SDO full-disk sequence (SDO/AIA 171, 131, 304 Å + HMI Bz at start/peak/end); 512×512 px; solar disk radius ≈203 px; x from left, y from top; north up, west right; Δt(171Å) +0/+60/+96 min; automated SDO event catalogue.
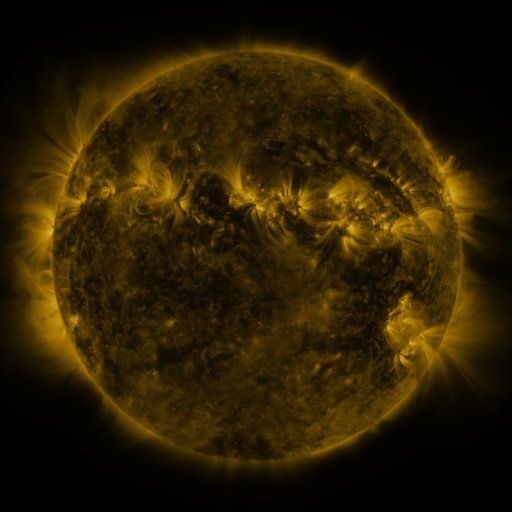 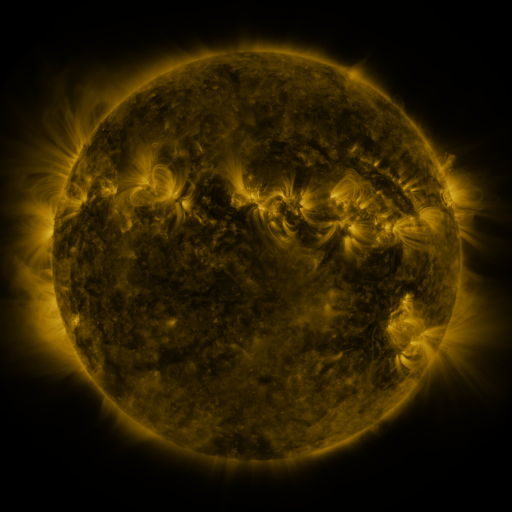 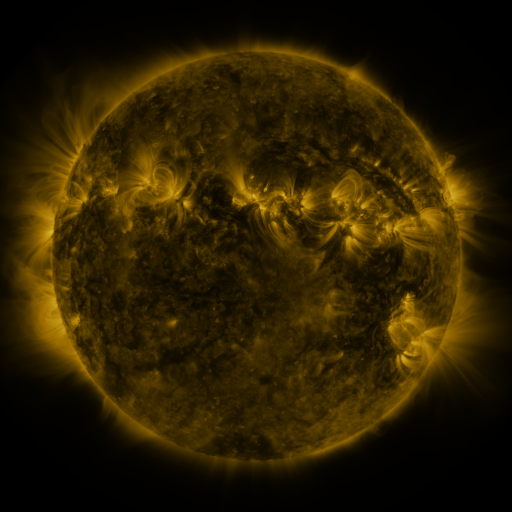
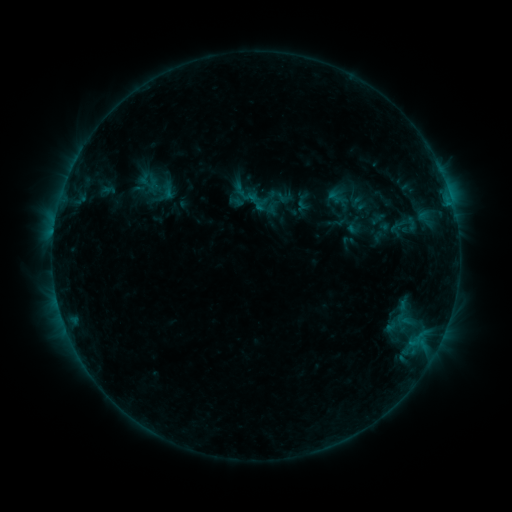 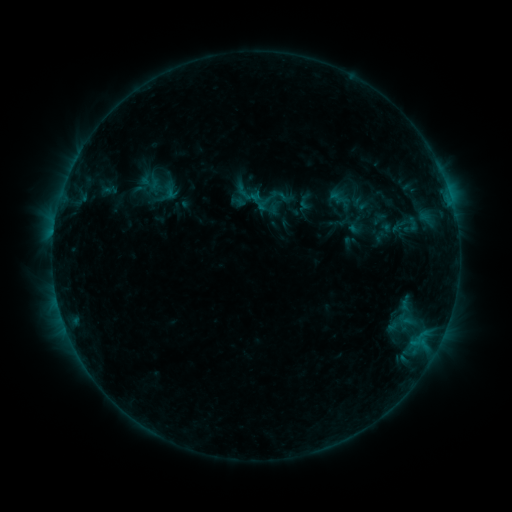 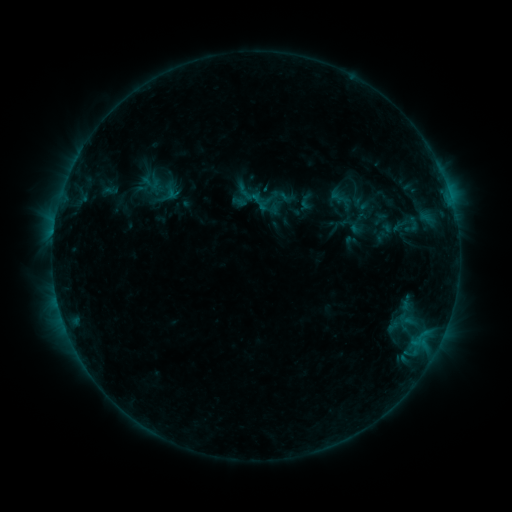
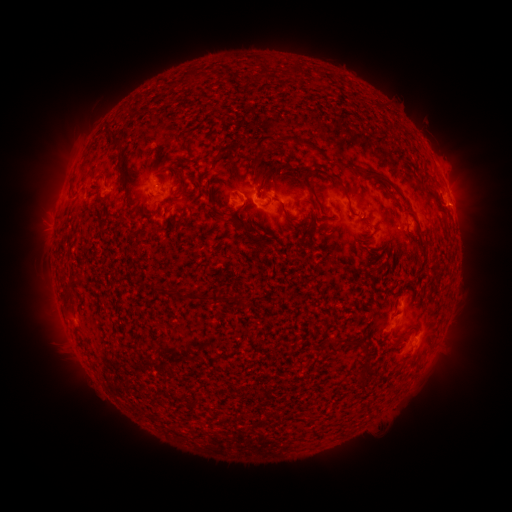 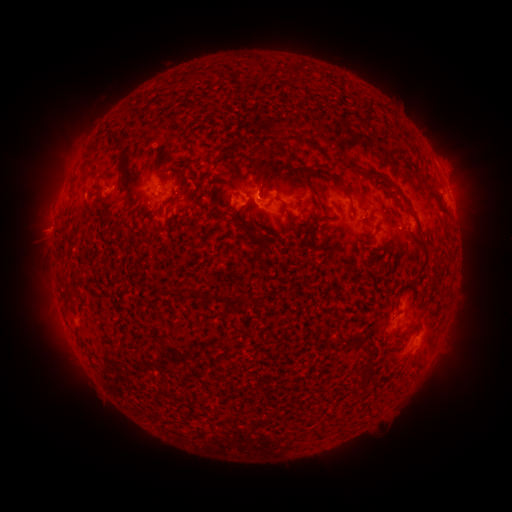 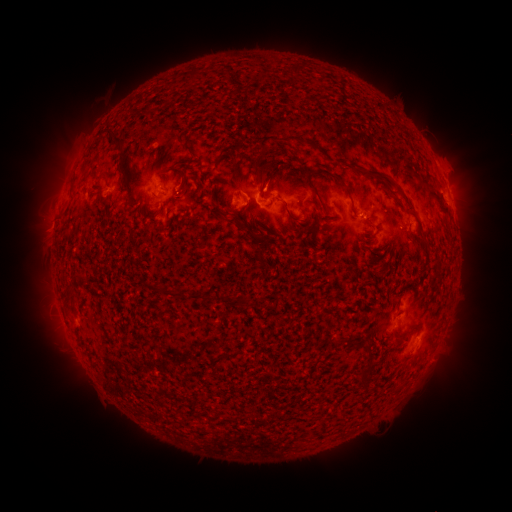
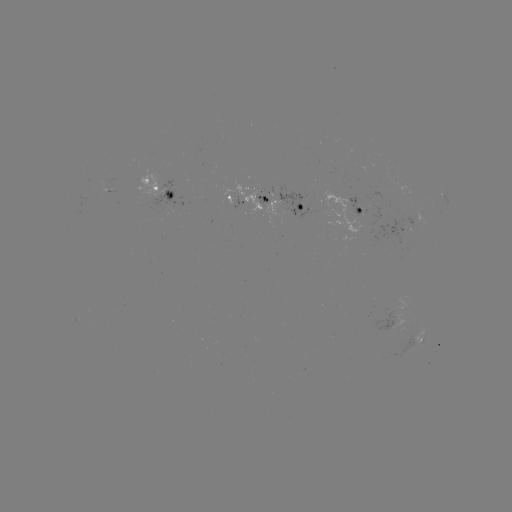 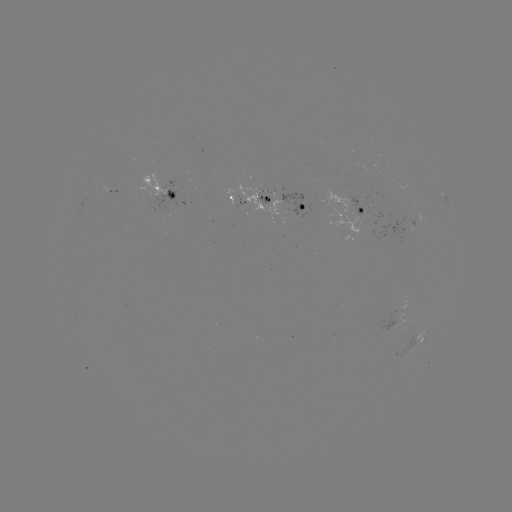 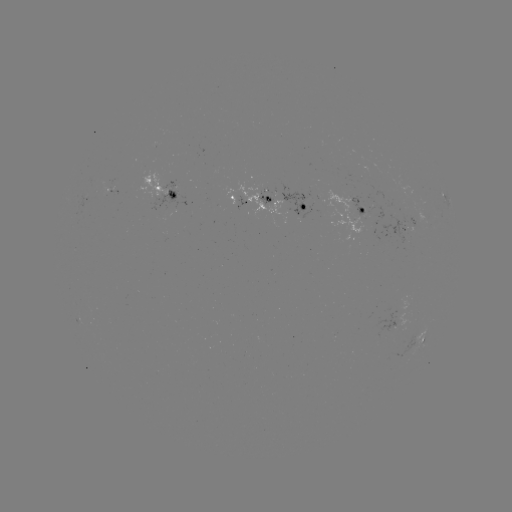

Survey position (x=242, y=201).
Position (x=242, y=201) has emerging-flux region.